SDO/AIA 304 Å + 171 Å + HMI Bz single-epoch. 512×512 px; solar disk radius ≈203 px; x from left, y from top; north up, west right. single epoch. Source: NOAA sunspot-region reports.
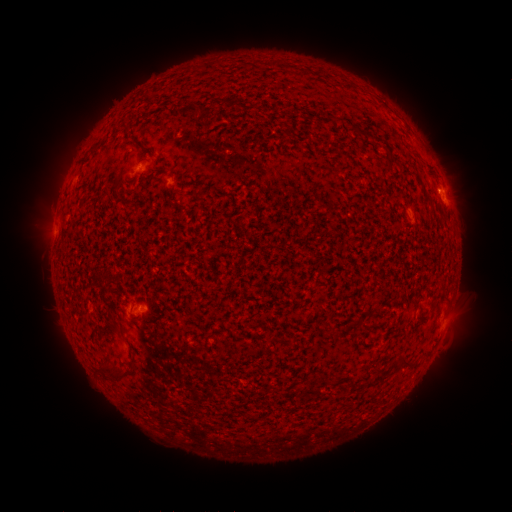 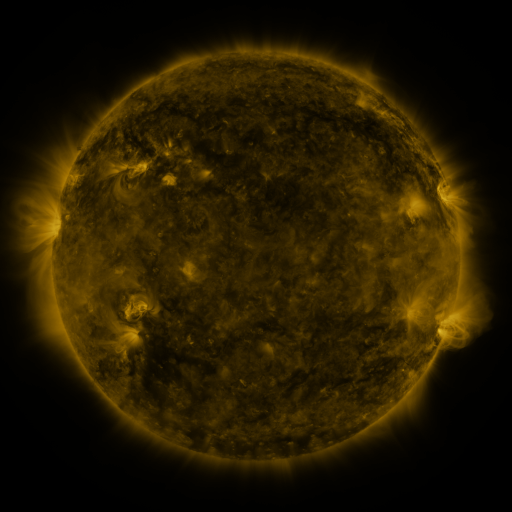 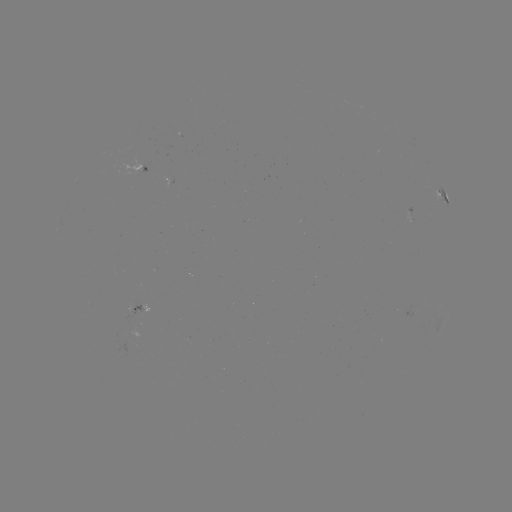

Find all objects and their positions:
spotted active region: (144, 162)
spotted active region: (170, 176)
spotted active region: (441, 196)
spotted active region: (412, 213)
spotted active region: (124, 305)
